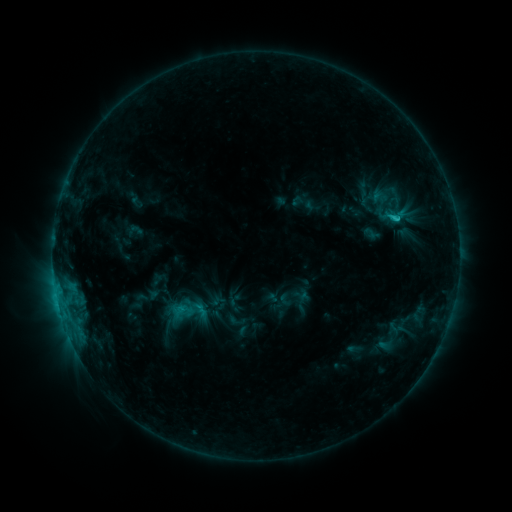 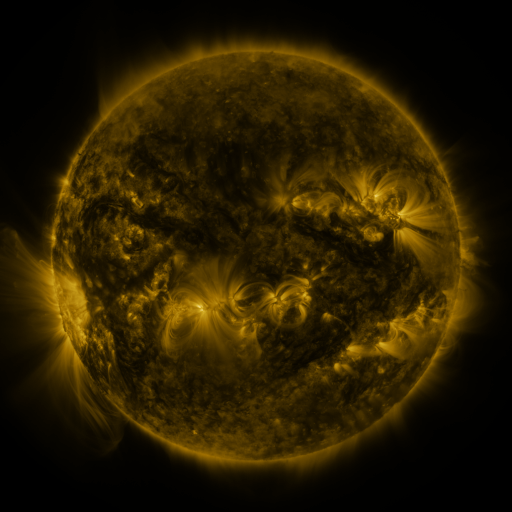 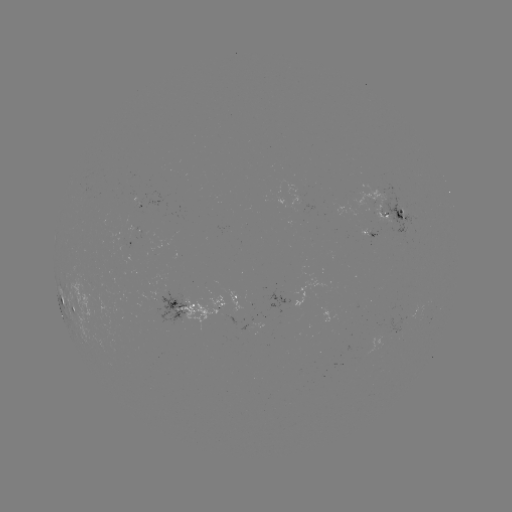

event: sigmoid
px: (397, 216)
